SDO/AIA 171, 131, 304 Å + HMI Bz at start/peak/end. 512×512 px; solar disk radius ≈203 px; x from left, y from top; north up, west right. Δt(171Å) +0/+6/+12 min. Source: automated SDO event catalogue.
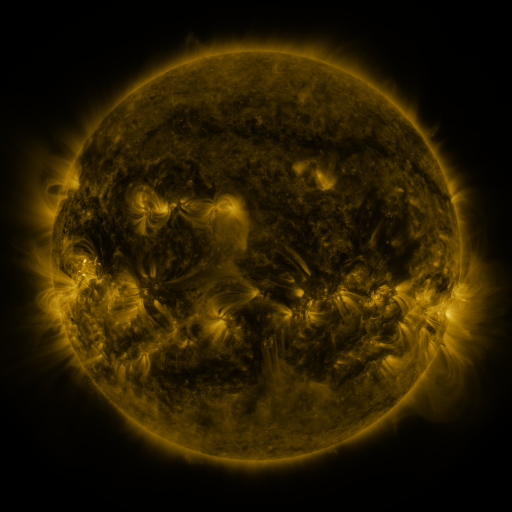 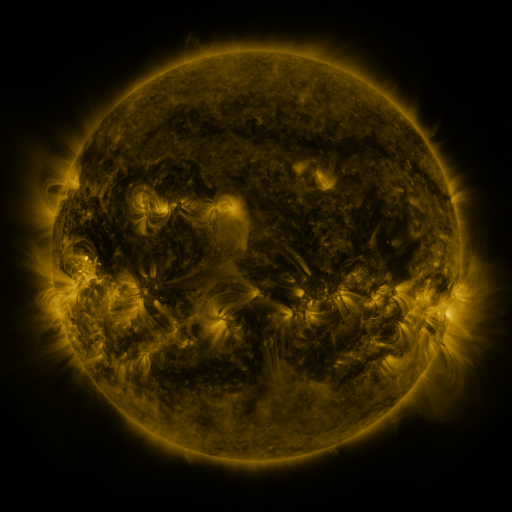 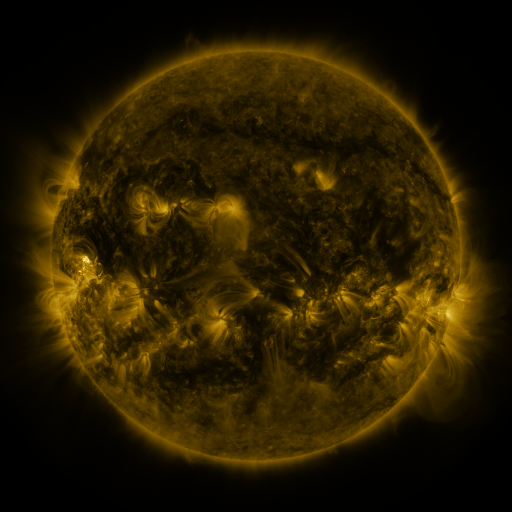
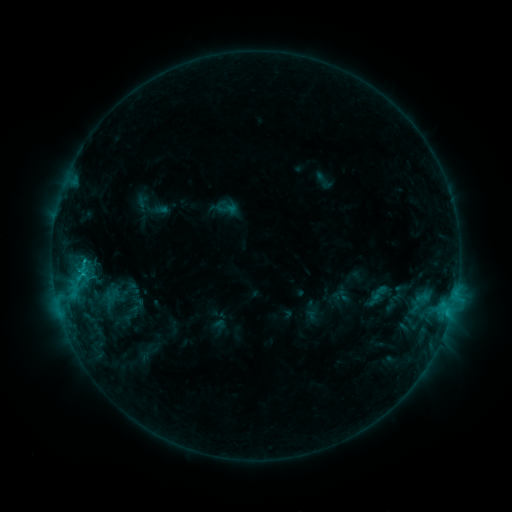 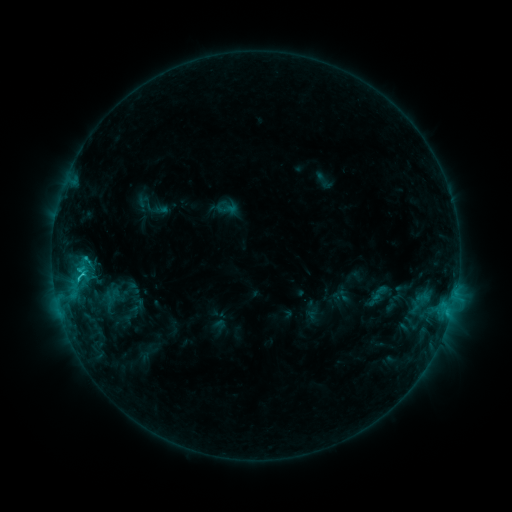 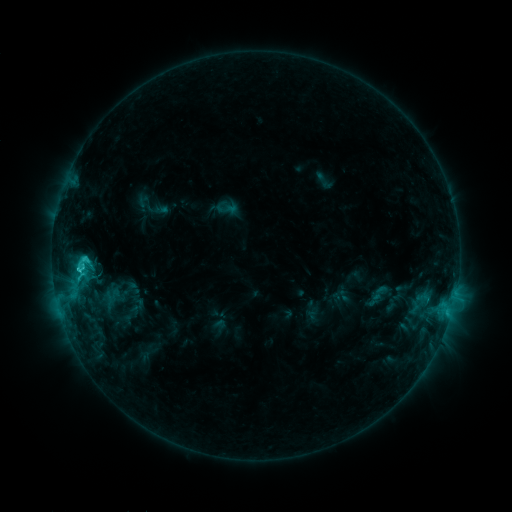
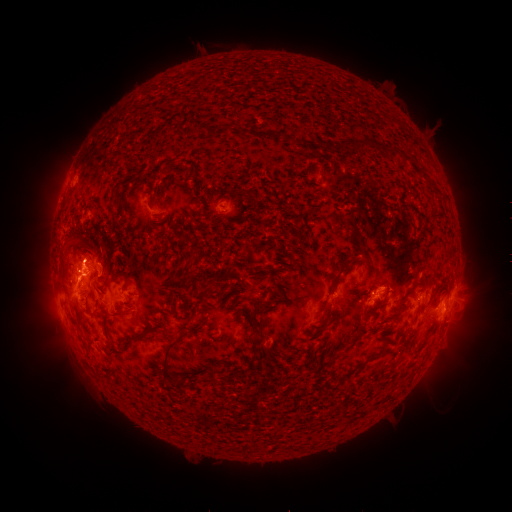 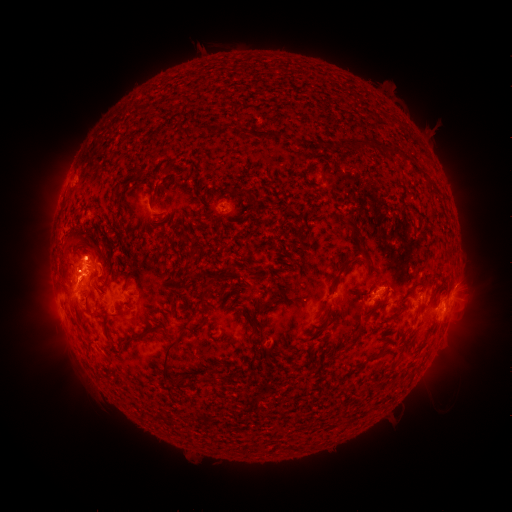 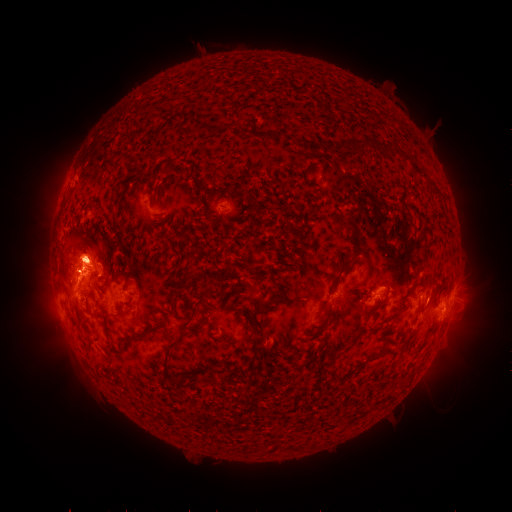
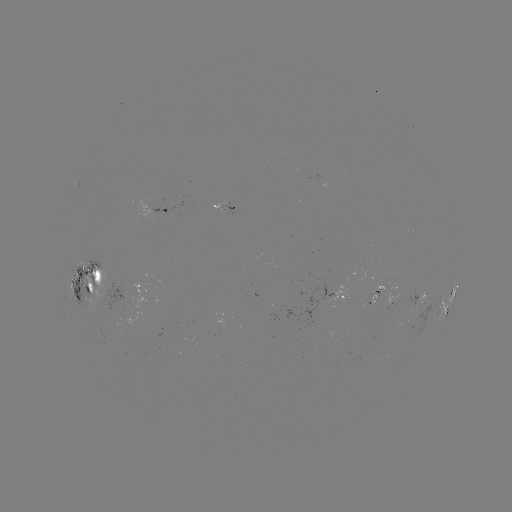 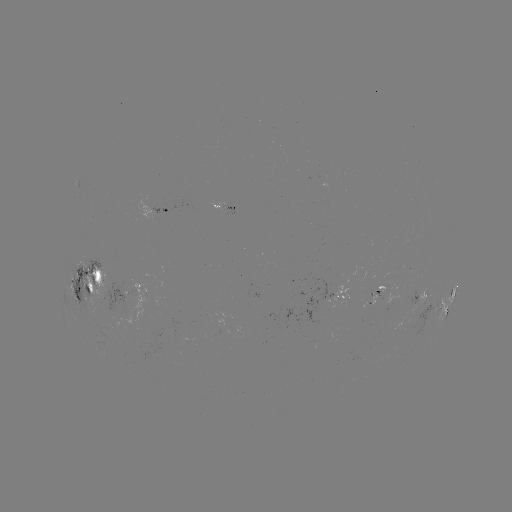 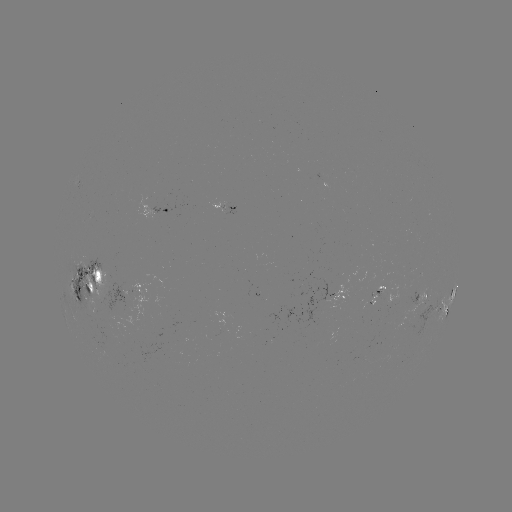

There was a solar eruption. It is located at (86, 252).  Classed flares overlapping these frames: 1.